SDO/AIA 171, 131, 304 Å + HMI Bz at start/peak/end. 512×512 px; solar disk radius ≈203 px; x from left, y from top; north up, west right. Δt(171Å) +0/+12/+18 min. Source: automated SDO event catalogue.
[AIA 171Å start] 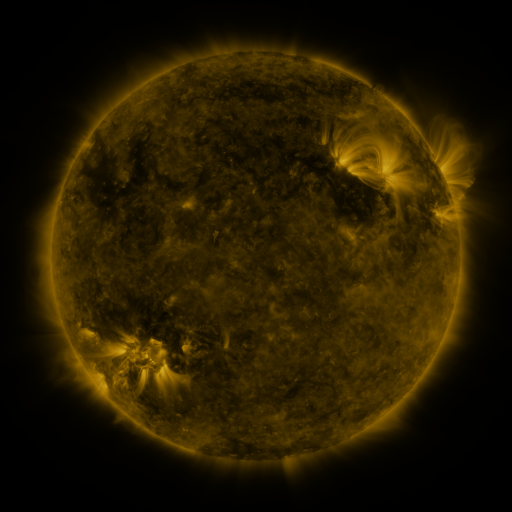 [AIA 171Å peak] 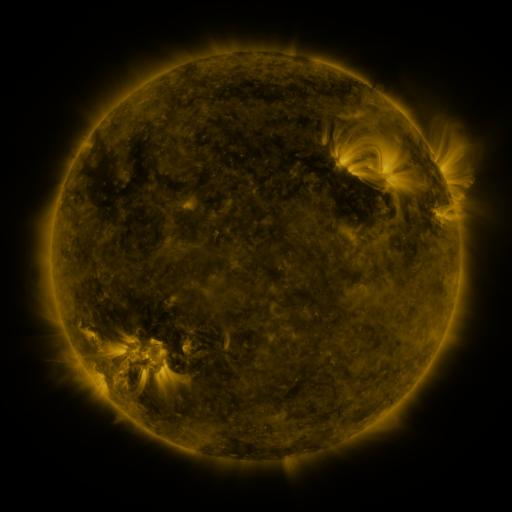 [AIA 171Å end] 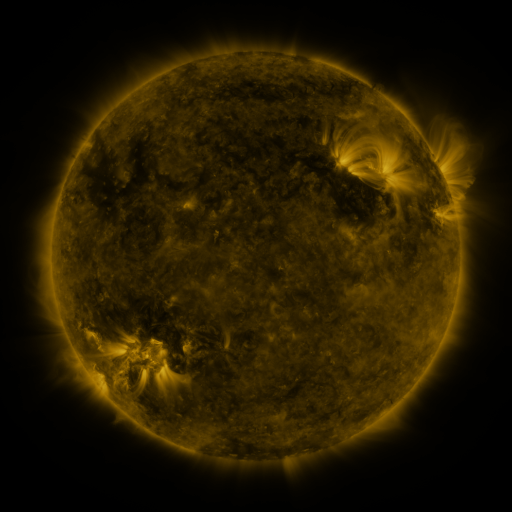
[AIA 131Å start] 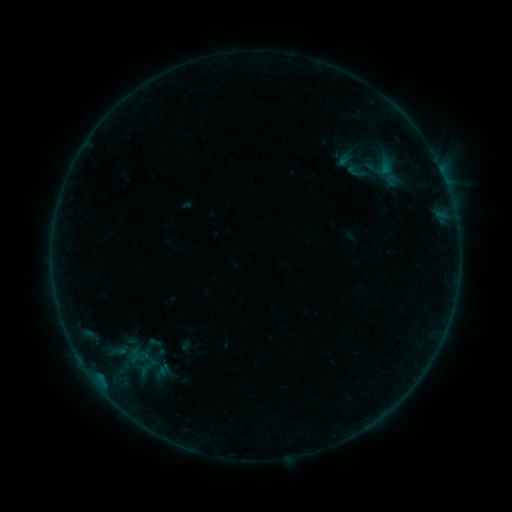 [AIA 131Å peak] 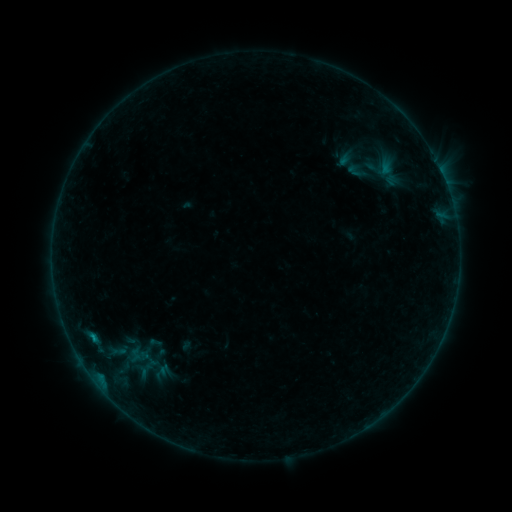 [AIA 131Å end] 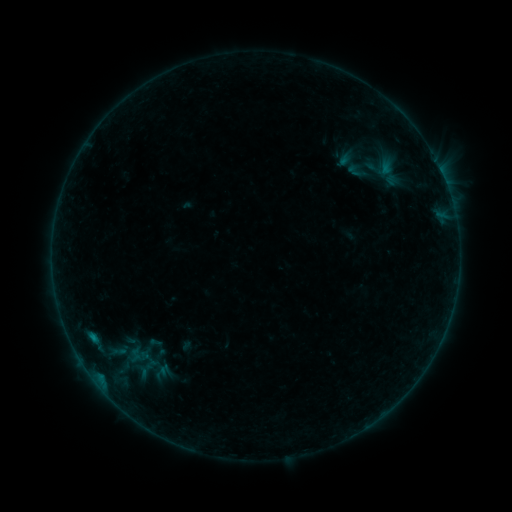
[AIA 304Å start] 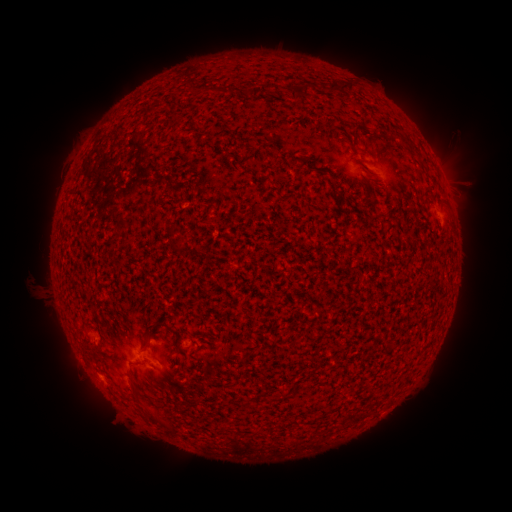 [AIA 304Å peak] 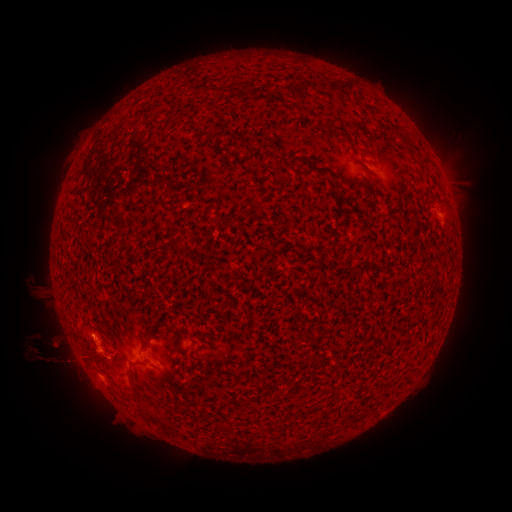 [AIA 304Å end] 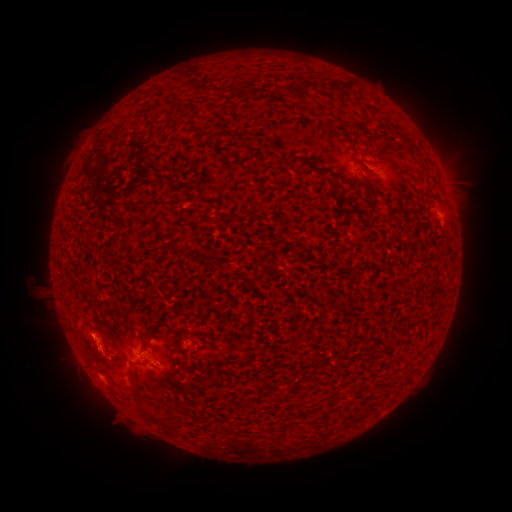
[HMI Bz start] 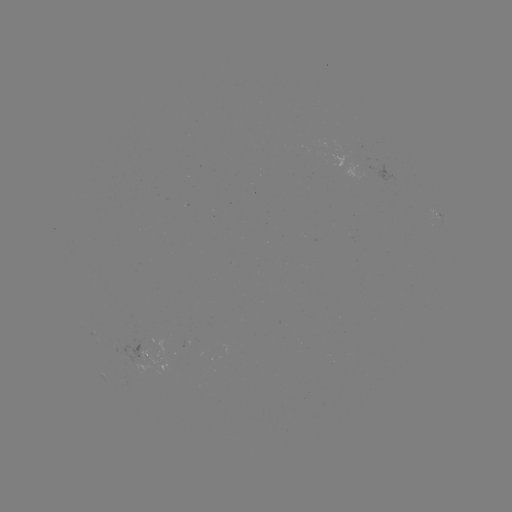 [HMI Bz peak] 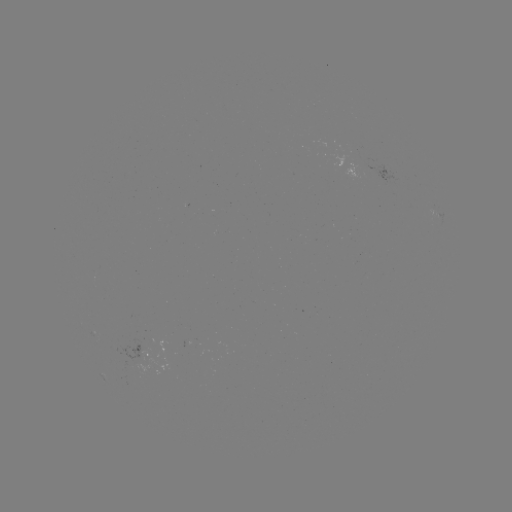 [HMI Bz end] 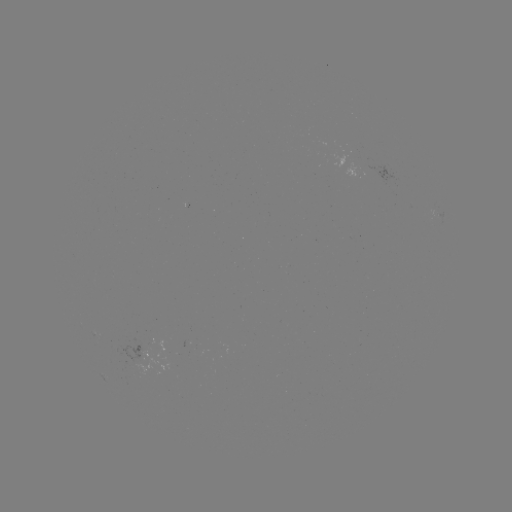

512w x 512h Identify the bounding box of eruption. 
[0, 295, 135, 422].